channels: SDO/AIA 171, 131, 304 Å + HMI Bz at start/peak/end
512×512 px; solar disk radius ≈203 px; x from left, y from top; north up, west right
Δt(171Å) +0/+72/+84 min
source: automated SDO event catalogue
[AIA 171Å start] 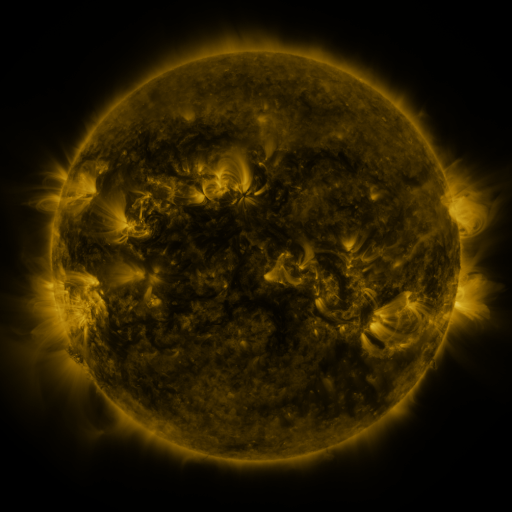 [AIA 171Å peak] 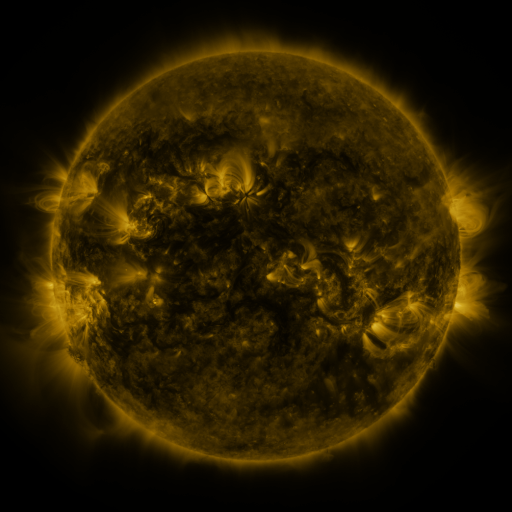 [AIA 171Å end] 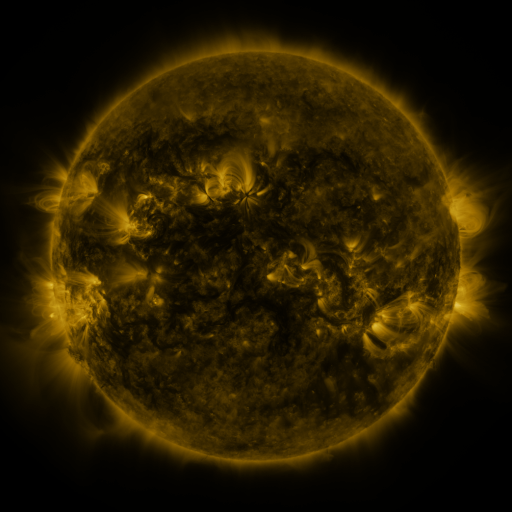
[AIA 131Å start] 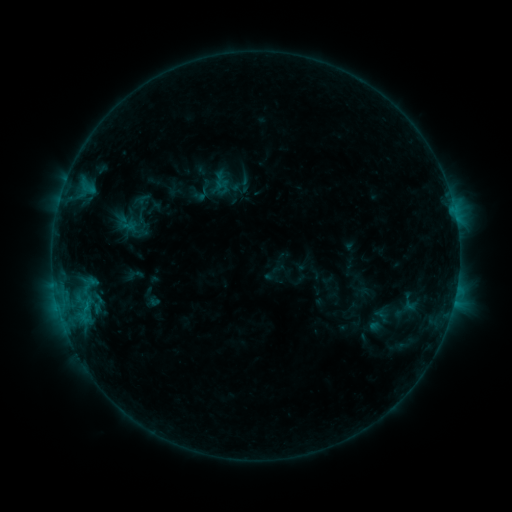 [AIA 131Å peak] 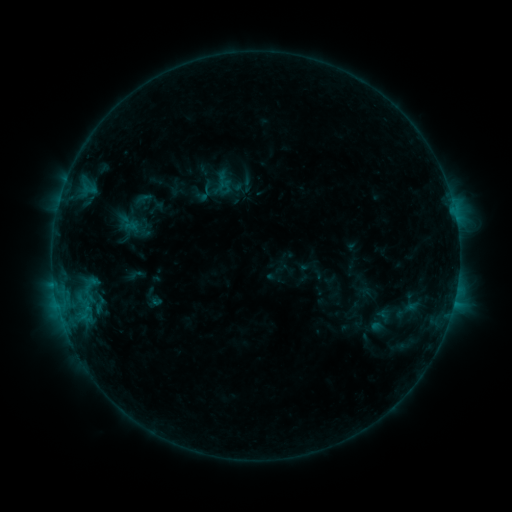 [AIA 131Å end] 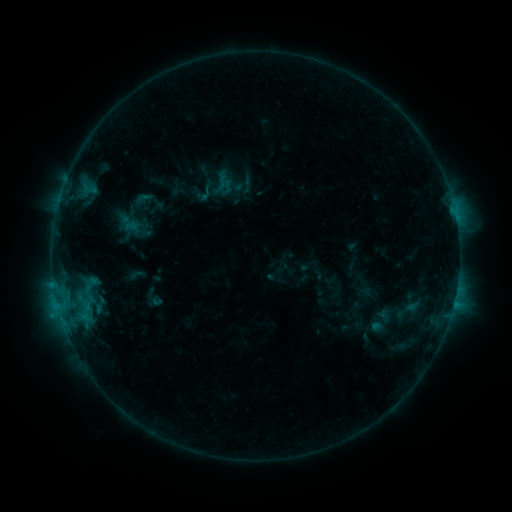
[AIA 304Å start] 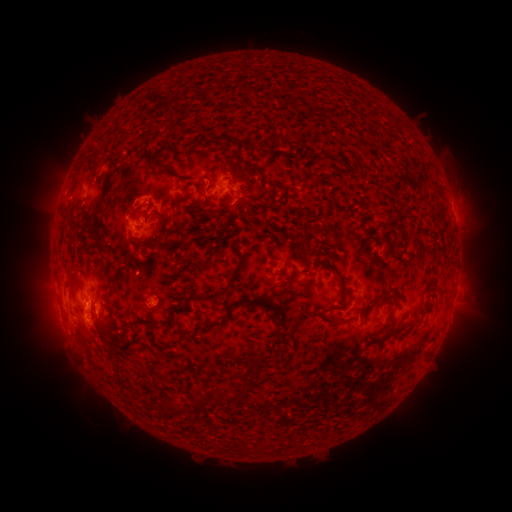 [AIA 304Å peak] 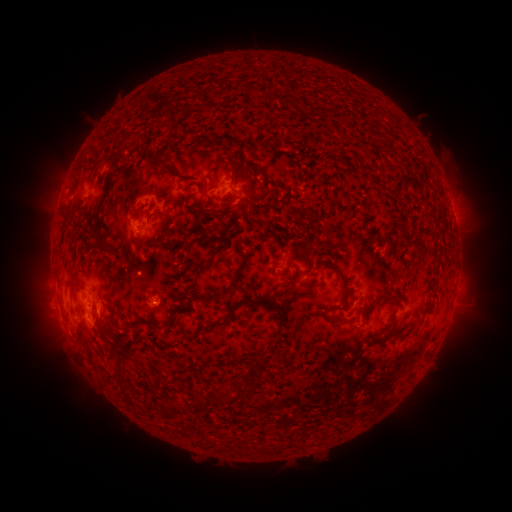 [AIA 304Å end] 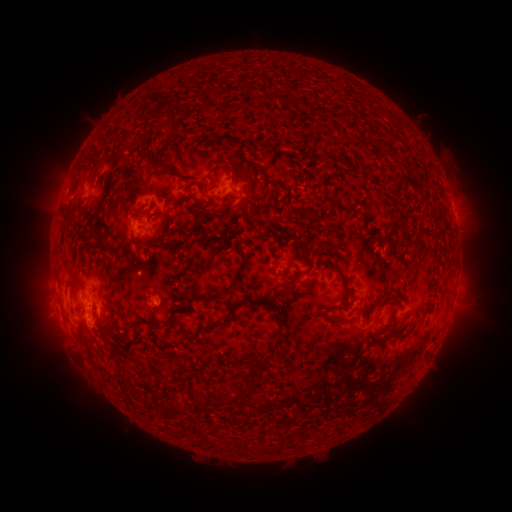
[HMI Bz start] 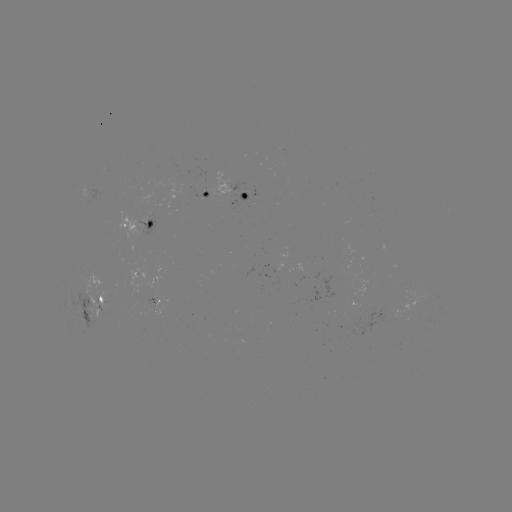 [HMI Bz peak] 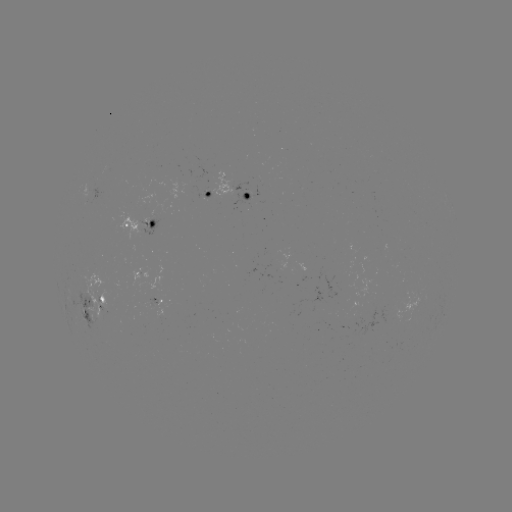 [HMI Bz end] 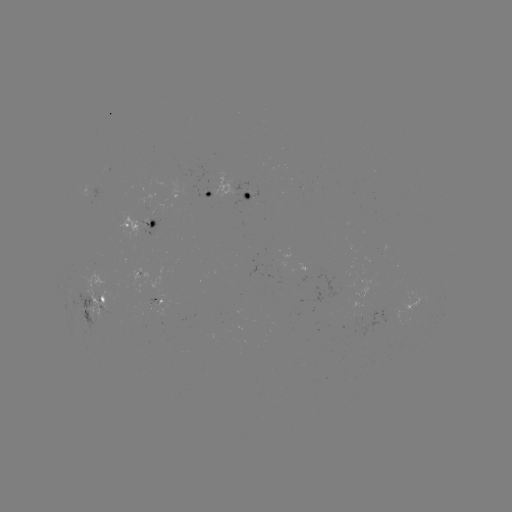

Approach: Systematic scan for emerging-flux region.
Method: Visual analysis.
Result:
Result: emerging-flux region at (149, 221).